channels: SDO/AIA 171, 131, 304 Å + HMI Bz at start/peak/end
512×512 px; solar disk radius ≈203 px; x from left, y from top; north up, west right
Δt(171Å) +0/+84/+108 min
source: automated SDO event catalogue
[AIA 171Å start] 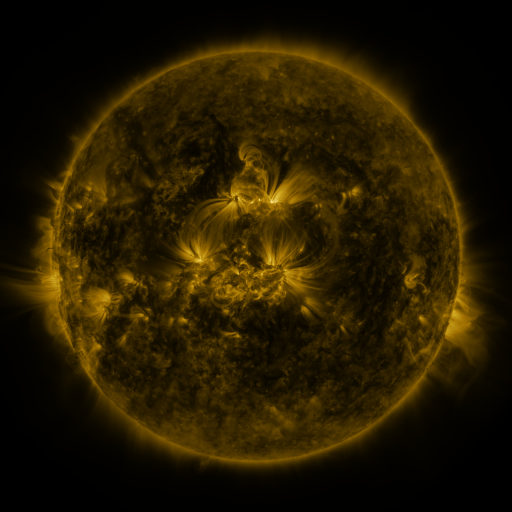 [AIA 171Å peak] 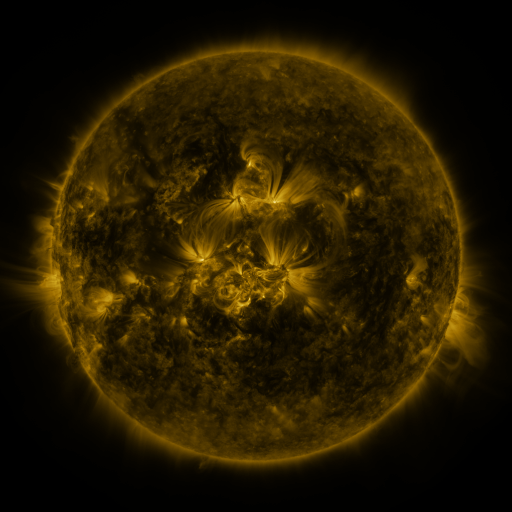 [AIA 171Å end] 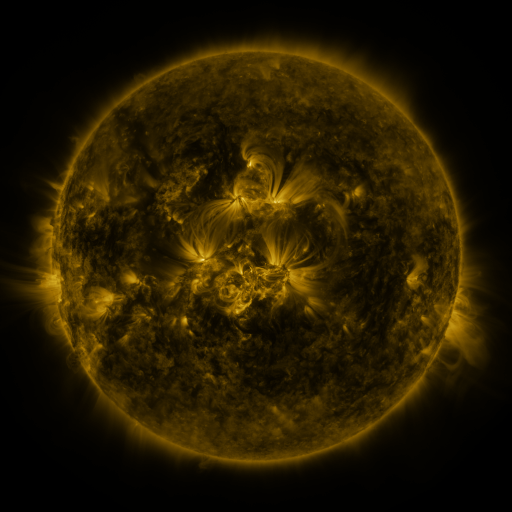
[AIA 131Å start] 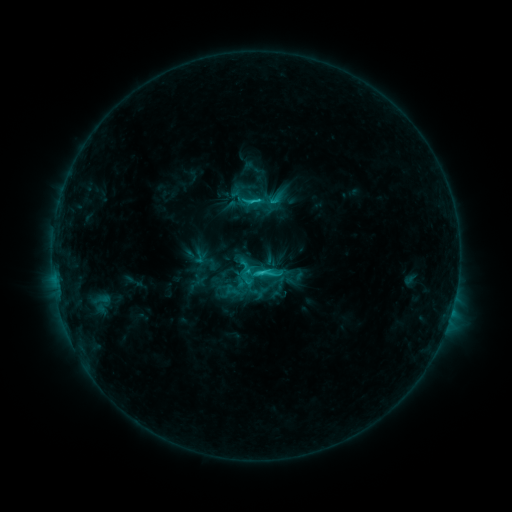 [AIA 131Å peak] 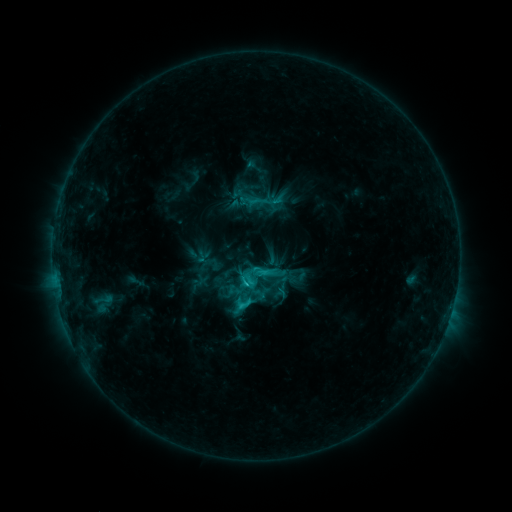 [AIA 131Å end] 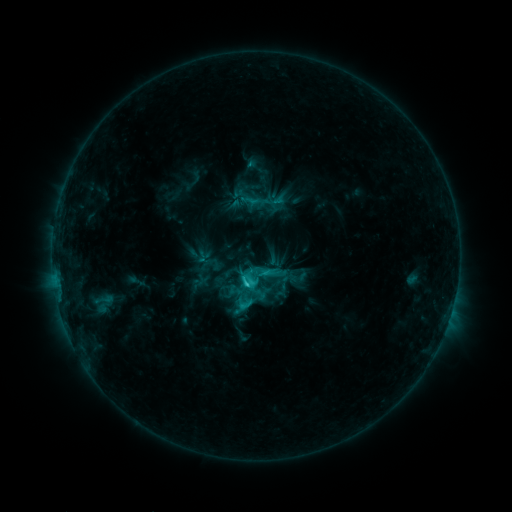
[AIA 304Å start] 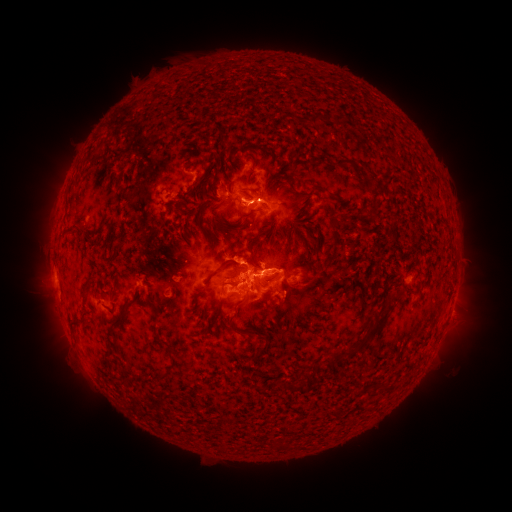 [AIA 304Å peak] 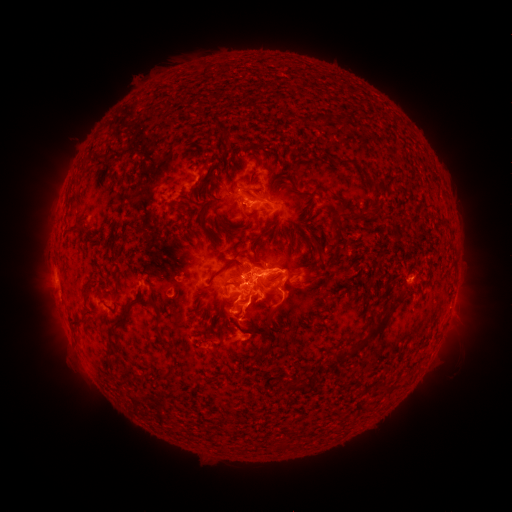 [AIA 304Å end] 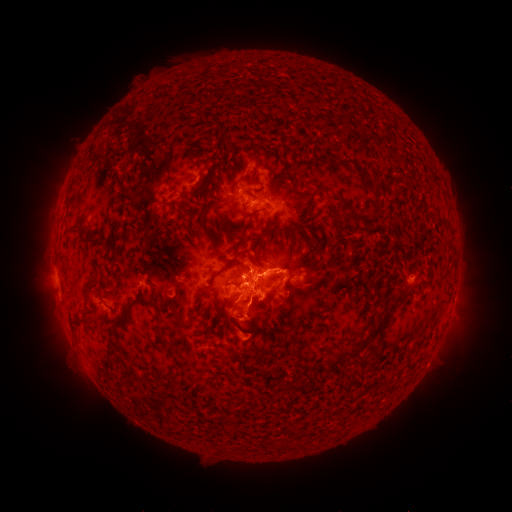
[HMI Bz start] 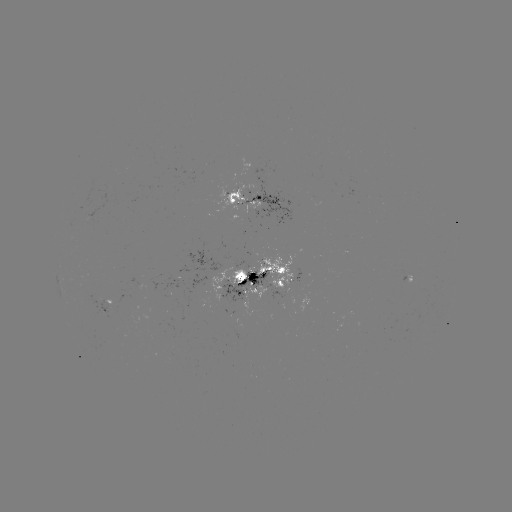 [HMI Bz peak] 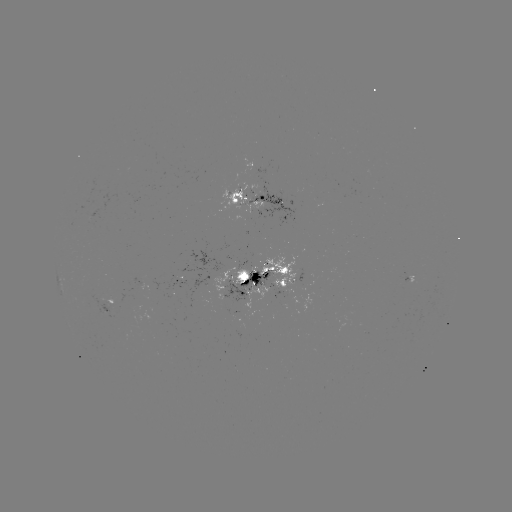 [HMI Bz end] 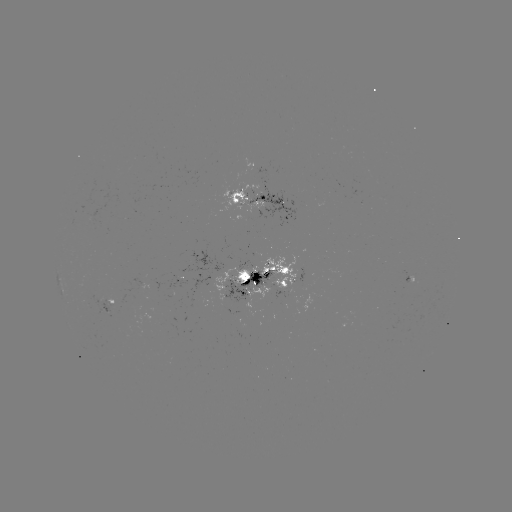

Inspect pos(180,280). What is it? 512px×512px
emerging-flux region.